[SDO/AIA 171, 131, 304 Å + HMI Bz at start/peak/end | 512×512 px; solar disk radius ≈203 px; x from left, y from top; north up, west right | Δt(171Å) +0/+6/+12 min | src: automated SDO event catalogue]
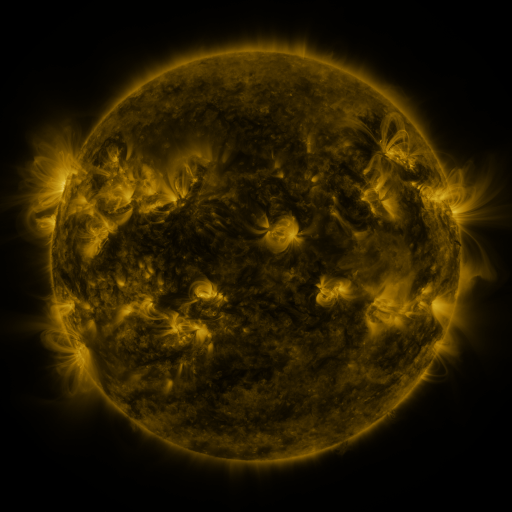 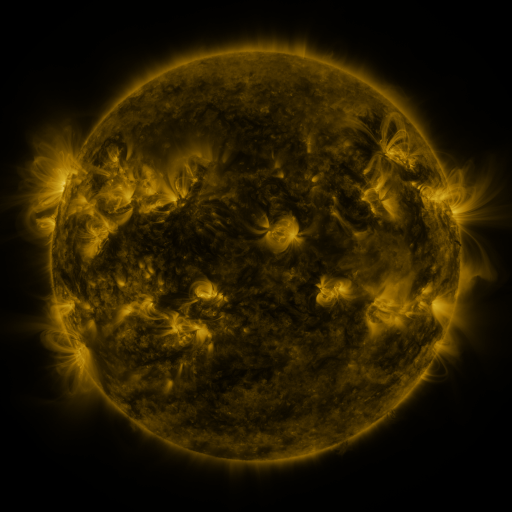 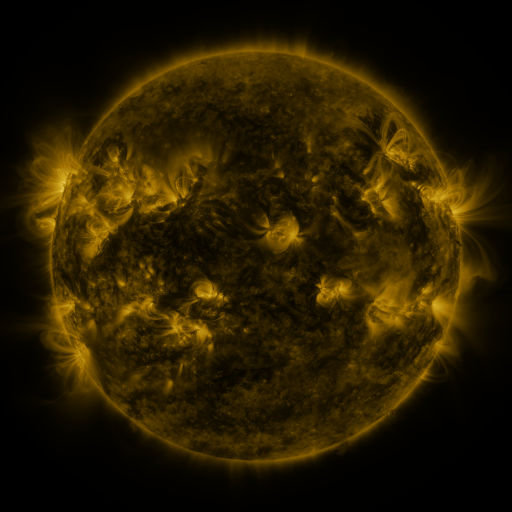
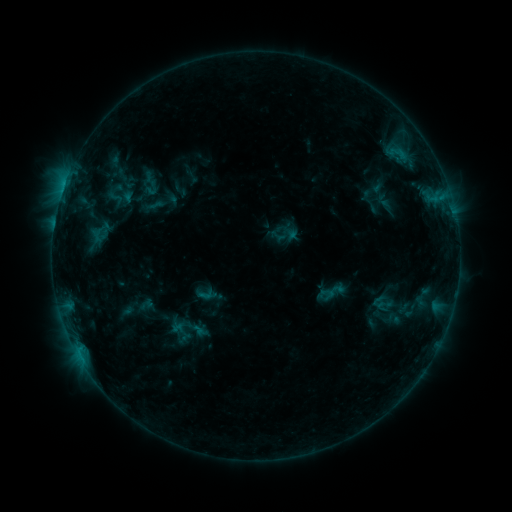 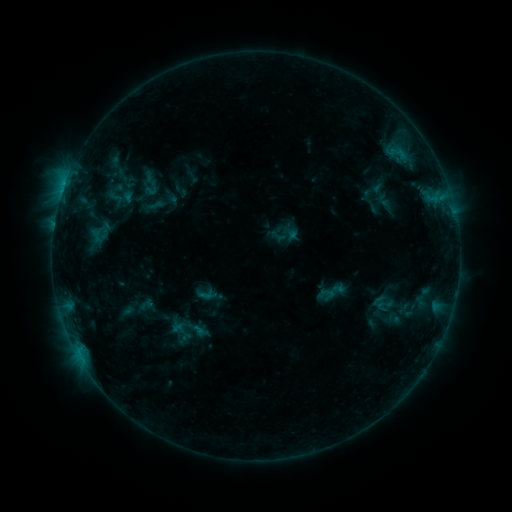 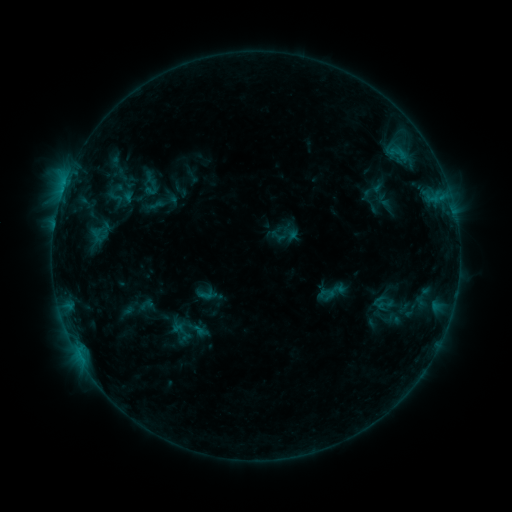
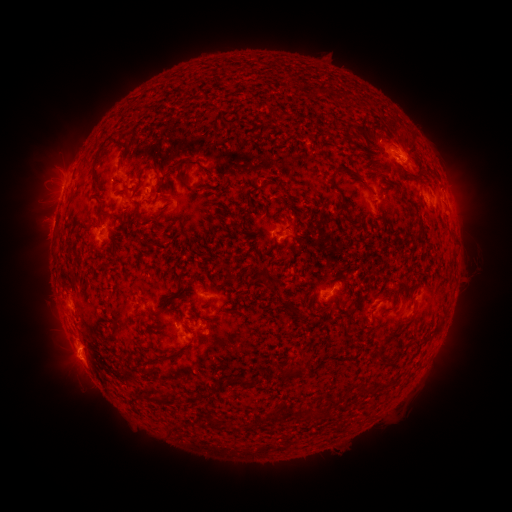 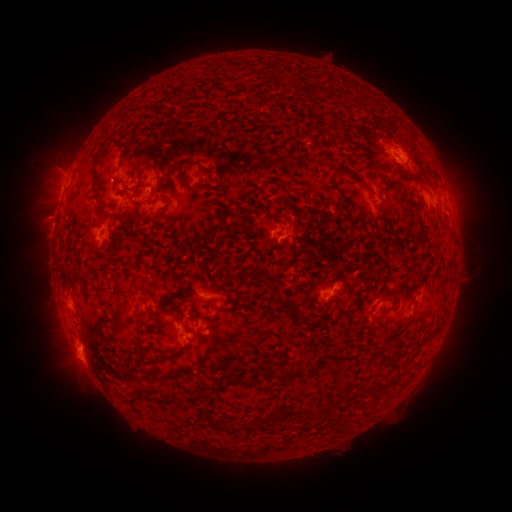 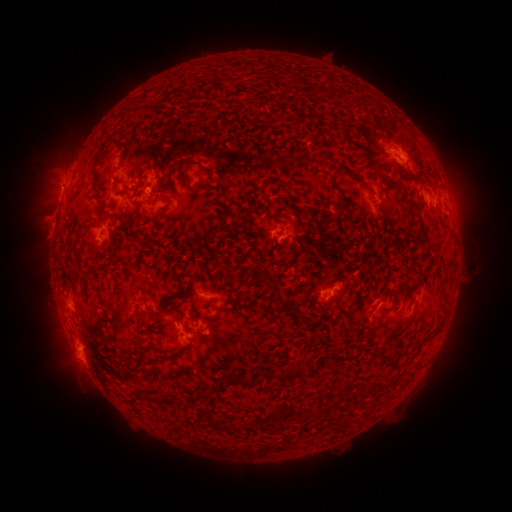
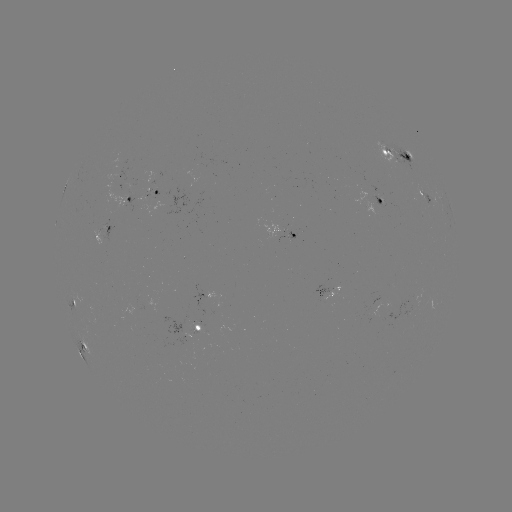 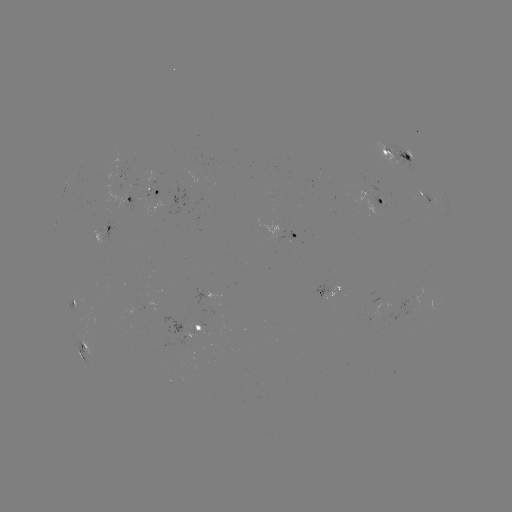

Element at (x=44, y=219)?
eruption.